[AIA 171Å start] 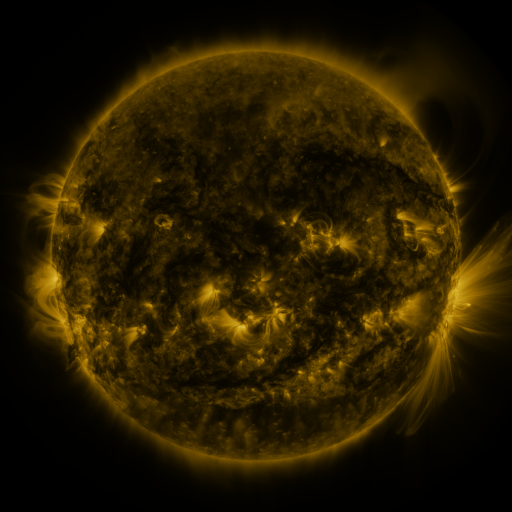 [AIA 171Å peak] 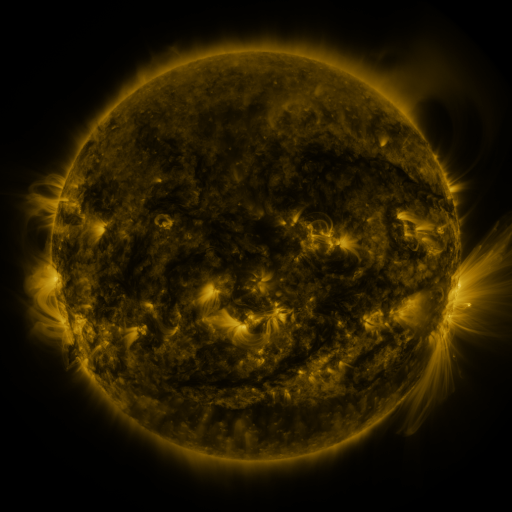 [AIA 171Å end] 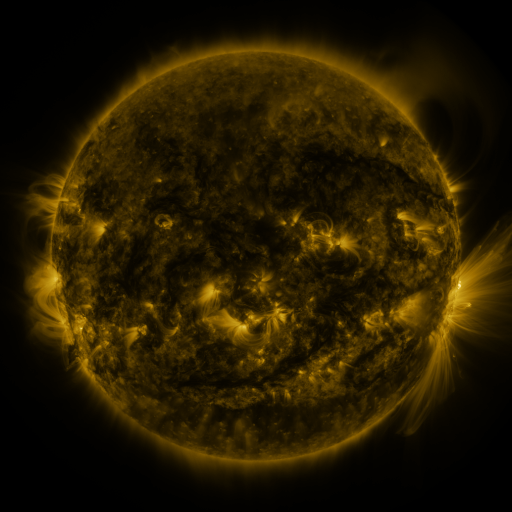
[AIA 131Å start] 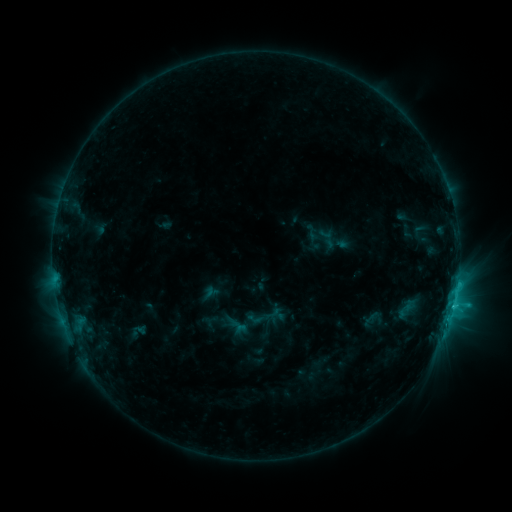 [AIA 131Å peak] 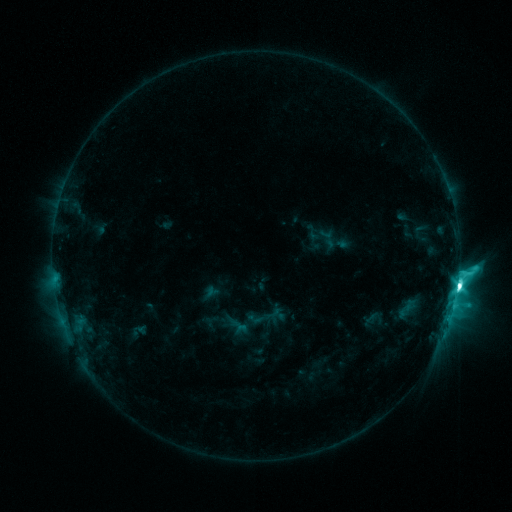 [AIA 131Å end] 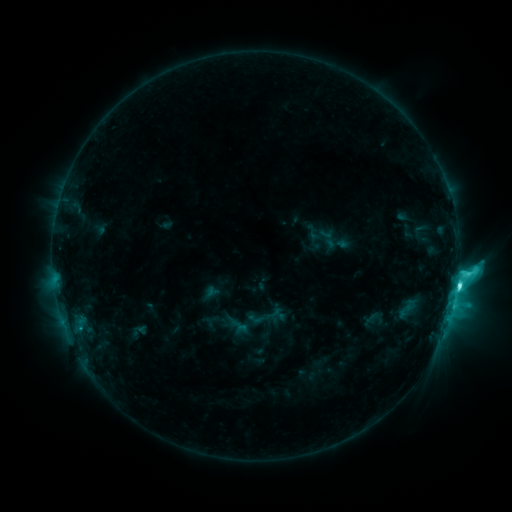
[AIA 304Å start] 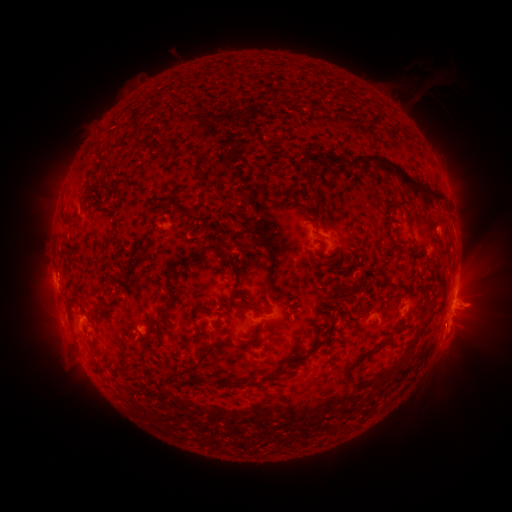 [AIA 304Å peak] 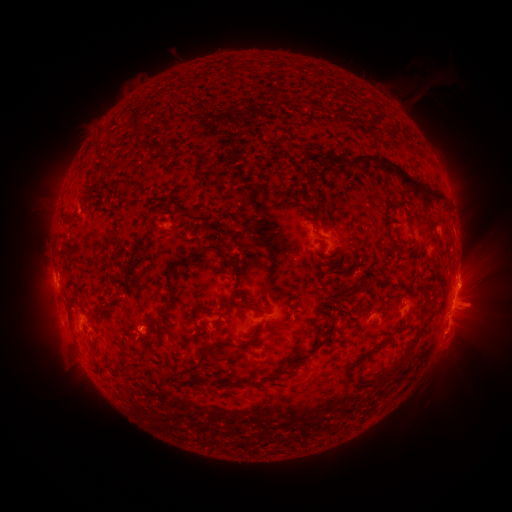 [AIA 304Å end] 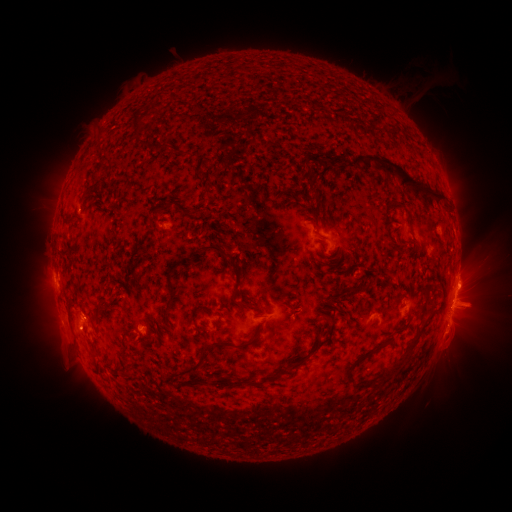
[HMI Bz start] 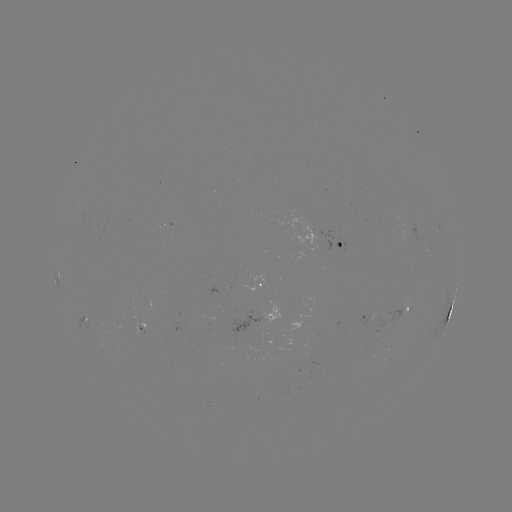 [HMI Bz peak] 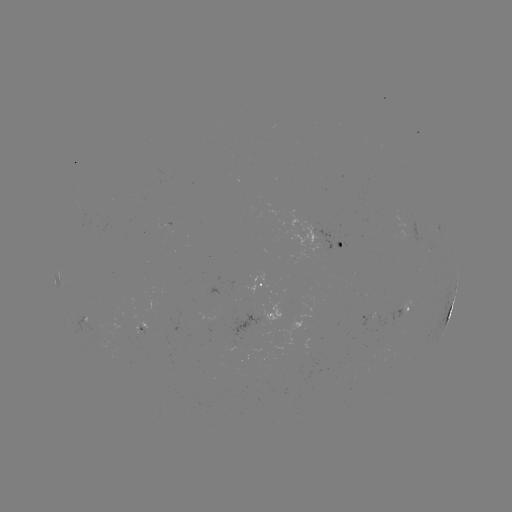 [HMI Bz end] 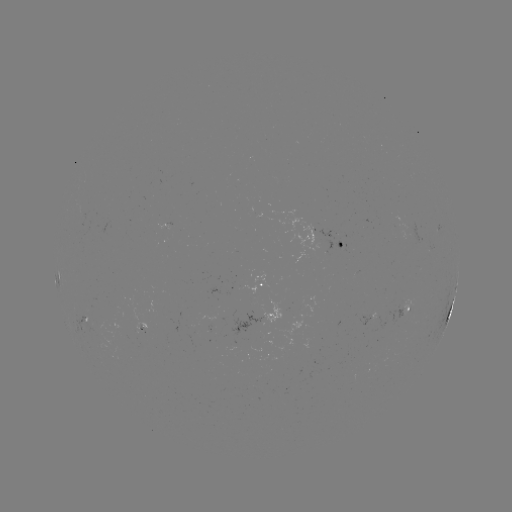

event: flare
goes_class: M1.2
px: (457, 280)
